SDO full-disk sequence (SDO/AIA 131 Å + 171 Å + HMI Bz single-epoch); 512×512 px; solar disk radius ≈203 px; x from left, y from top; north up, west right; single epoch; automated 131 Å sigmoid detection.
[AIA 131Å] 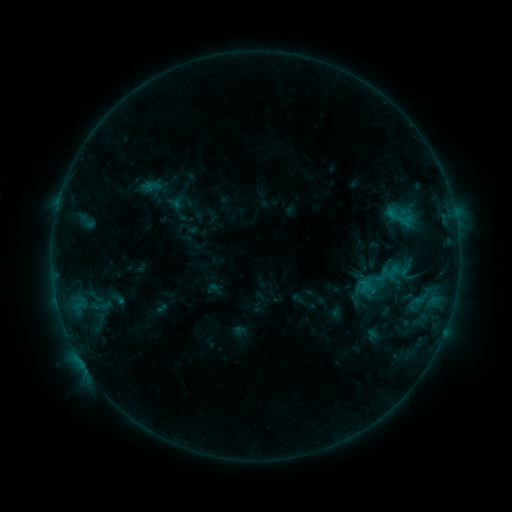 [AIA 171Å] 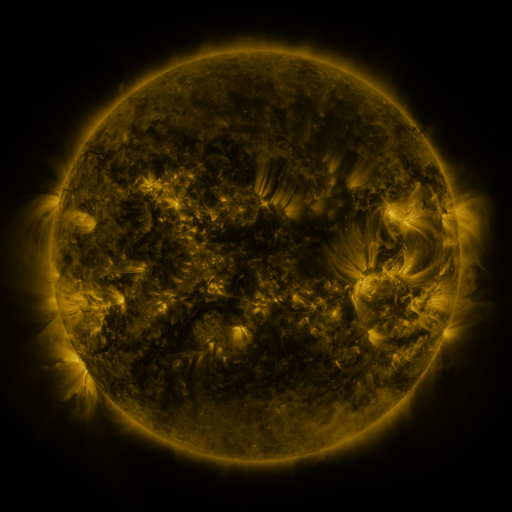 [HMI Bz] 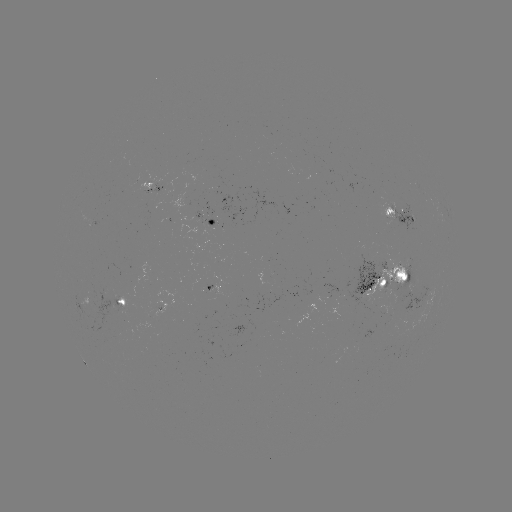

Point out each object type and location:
sigmoid: <bbox>351, 246, 412, 314</bbox>
